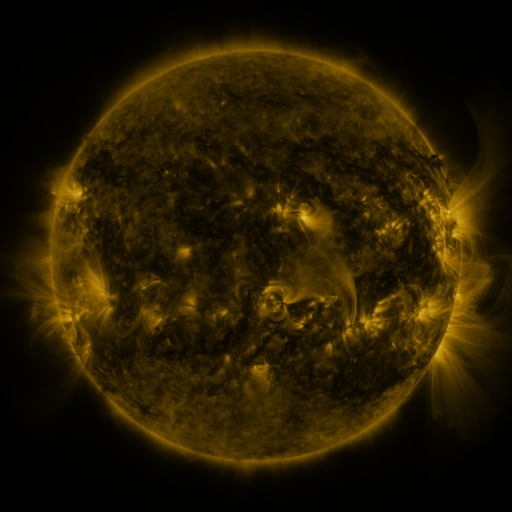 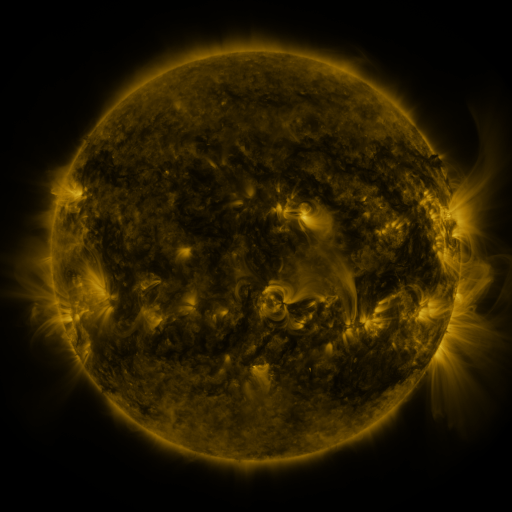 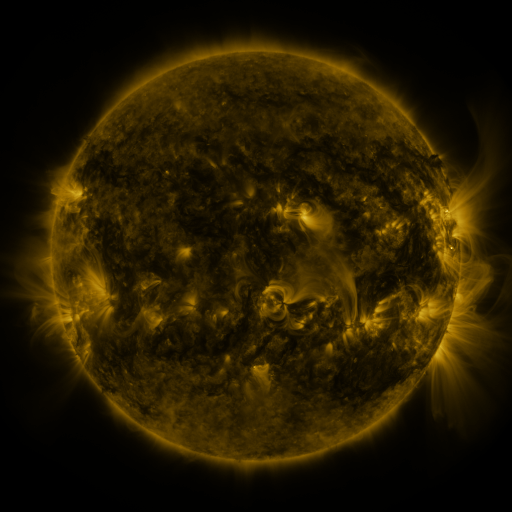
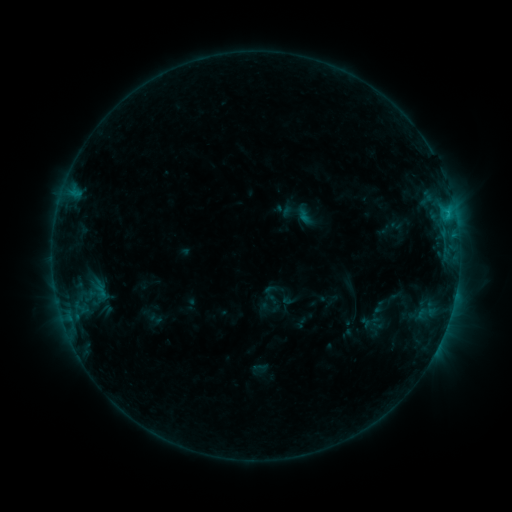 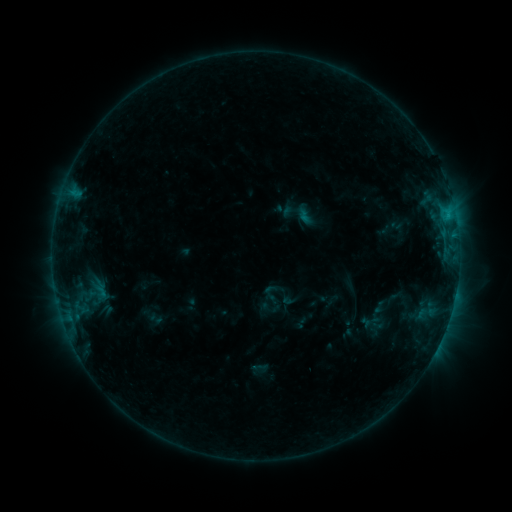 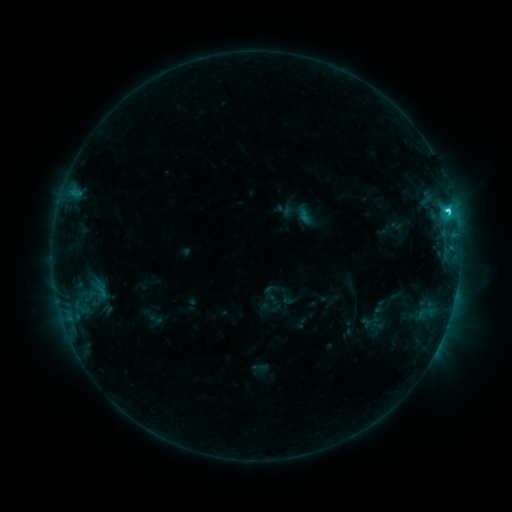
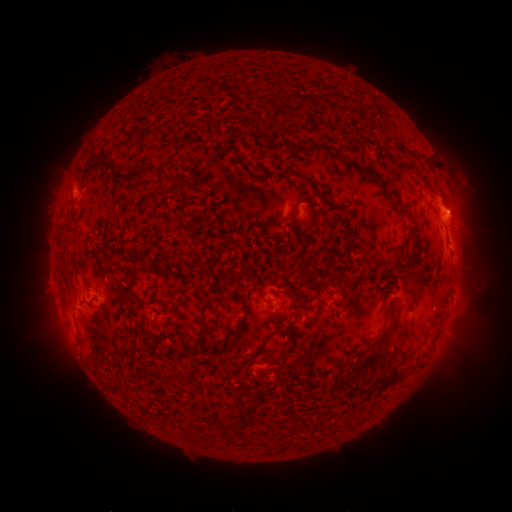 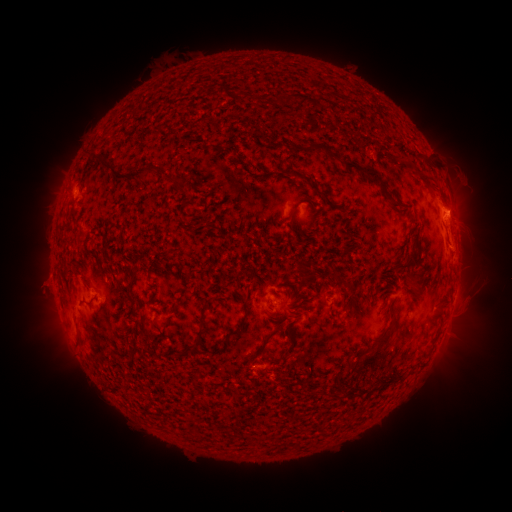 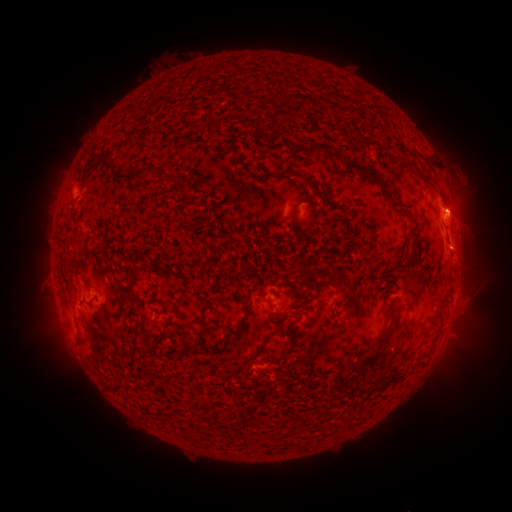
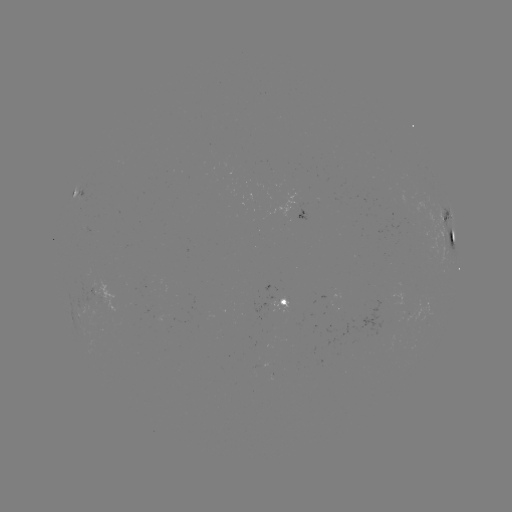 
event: eruption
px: (466, 202)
